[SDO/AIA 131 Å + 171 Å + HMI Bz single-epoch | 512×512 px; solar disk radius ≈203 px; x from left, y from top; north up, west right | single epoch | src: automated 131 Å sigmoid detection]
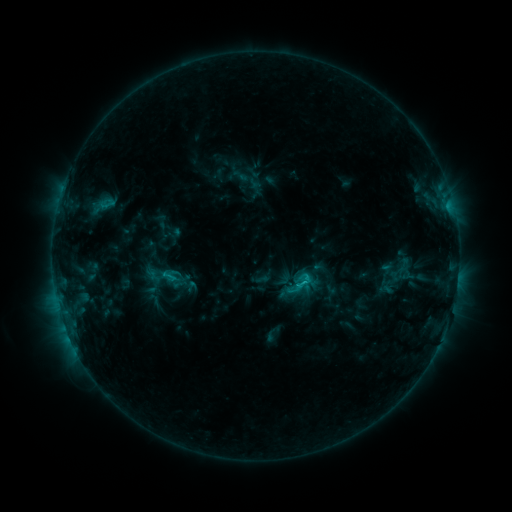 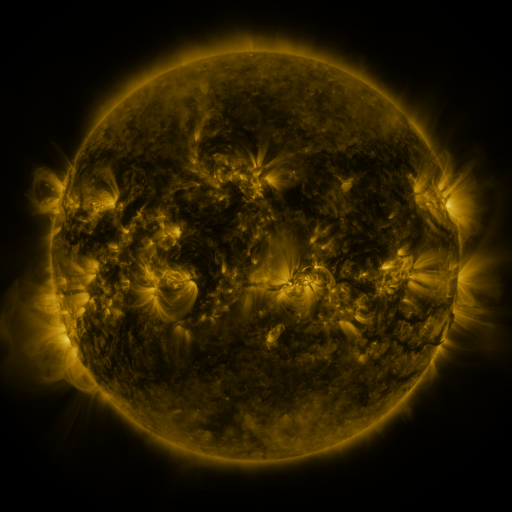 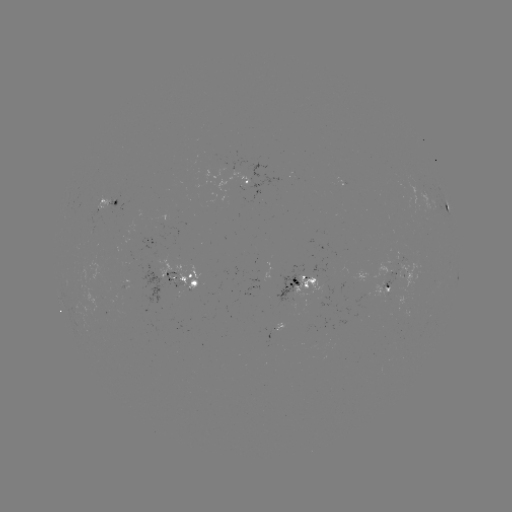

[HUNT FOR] sigmoid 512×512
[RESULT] [303, 282]